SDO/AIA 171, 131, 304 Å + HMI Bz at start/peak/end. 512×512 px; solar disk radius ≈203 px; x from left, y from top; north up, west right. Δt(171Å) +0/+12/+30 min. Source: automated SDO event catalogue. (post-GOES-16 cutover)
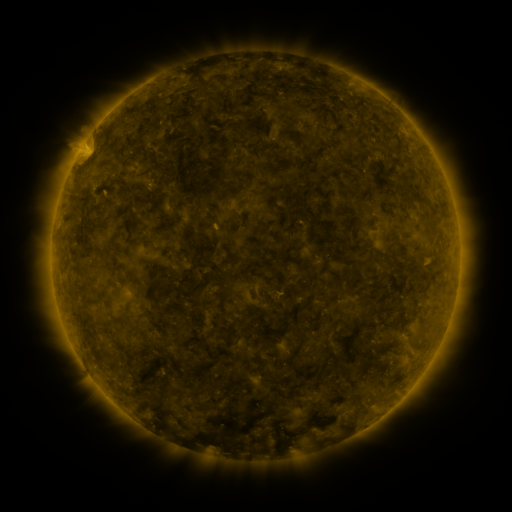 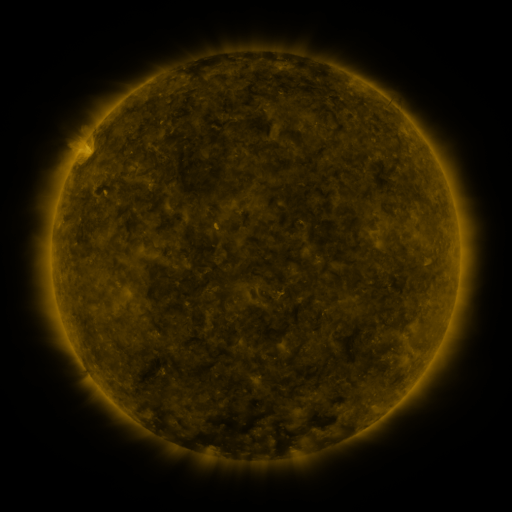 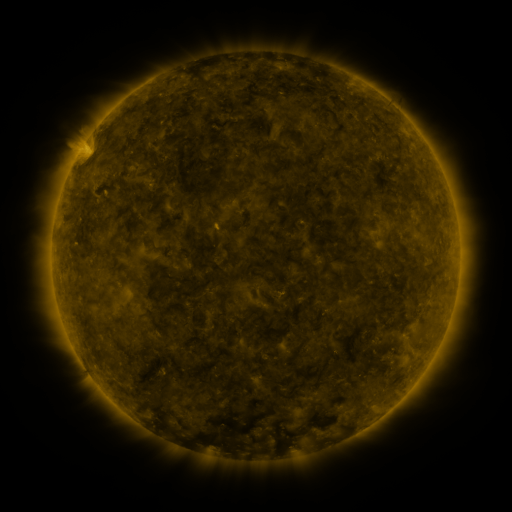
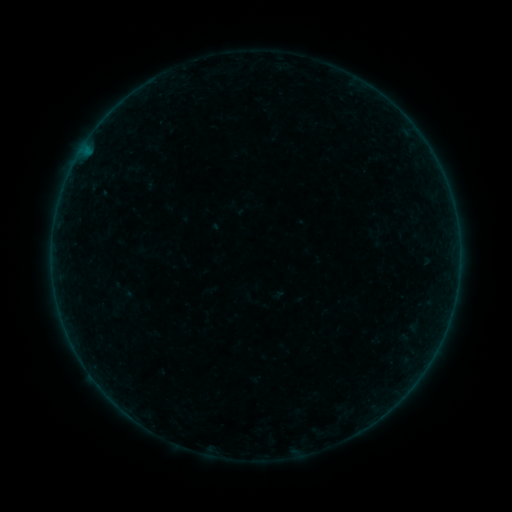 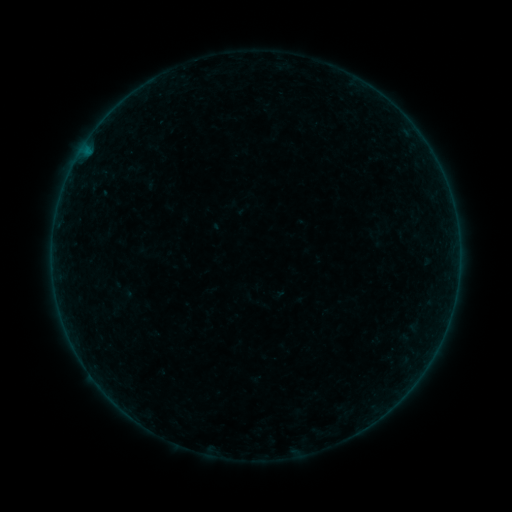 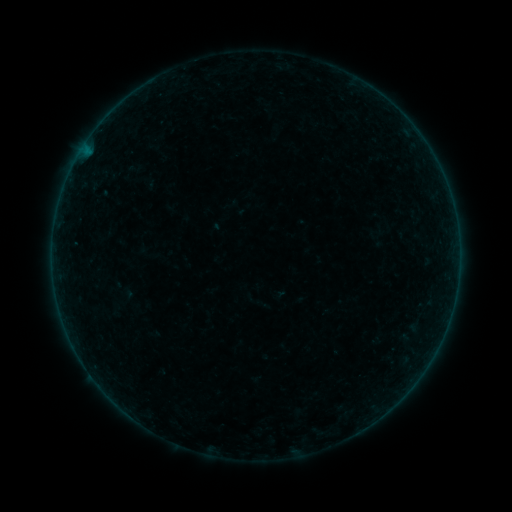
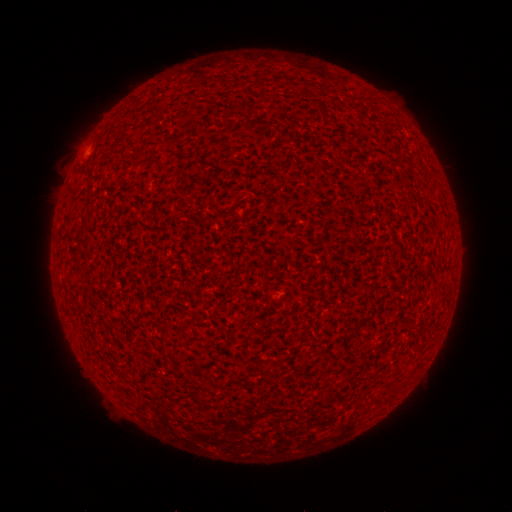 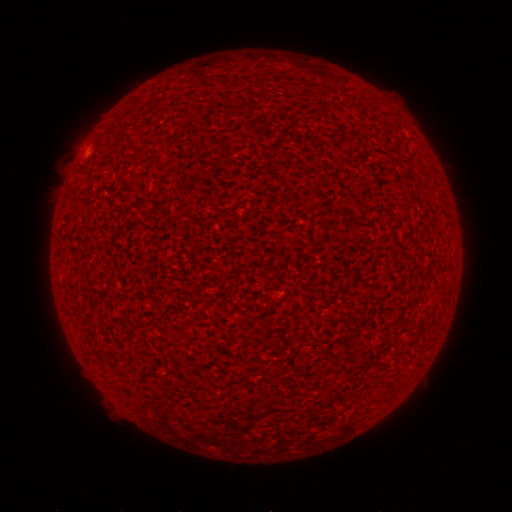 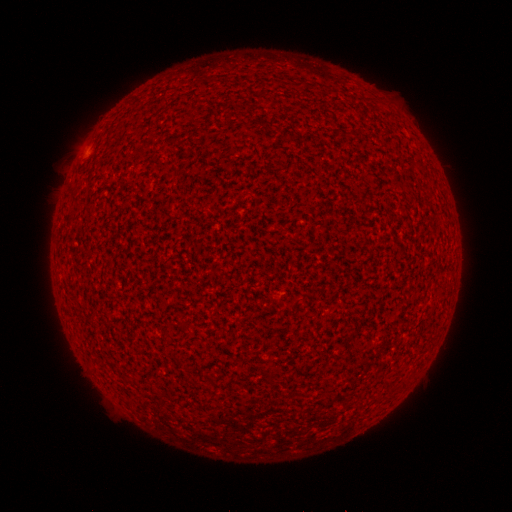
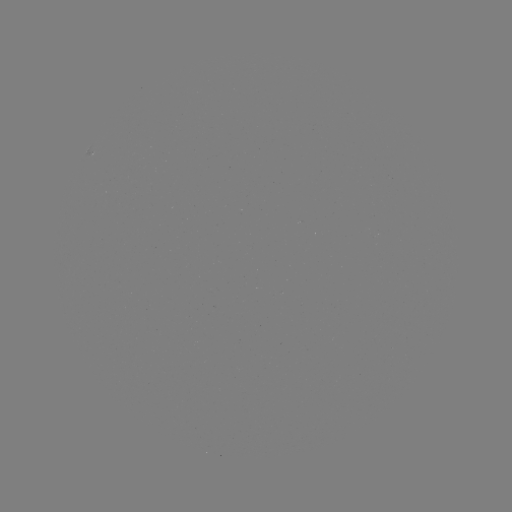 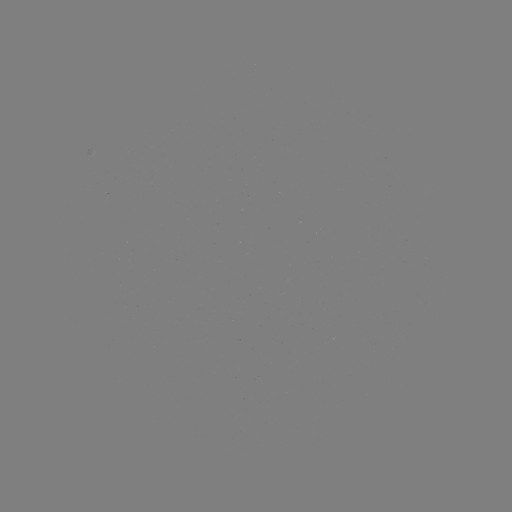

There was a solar flare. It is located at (86, 154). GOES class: A1.8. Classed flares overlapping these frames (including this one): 1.